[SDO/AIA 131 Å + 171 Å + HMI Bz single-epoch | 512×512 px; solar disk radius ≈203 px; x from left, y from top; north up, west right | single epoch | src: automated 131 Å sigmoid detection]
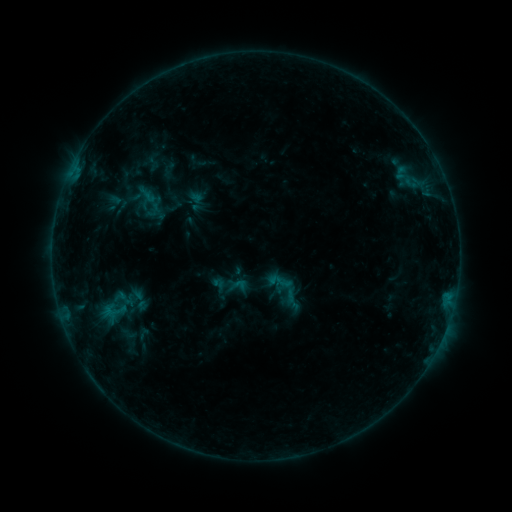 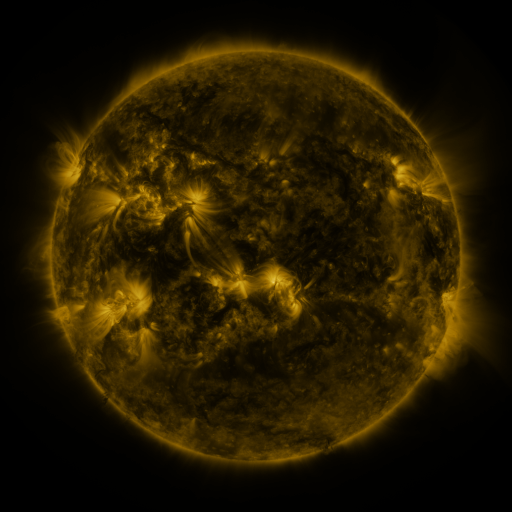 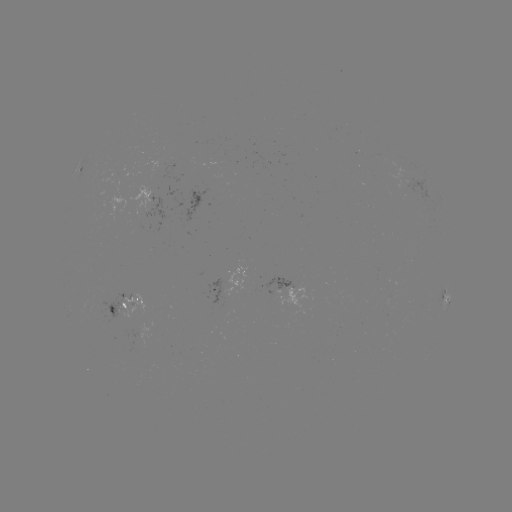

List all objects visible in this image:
sigmoid: <bbox>276, 276, 302, 303</bbox>
sigmoid: <bbox>109, 289, 135, 308</bbox>
